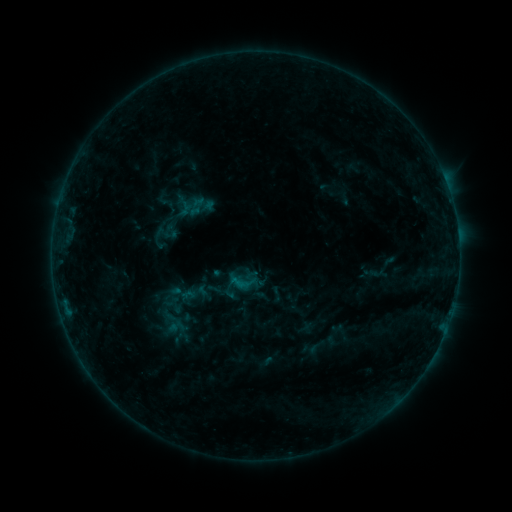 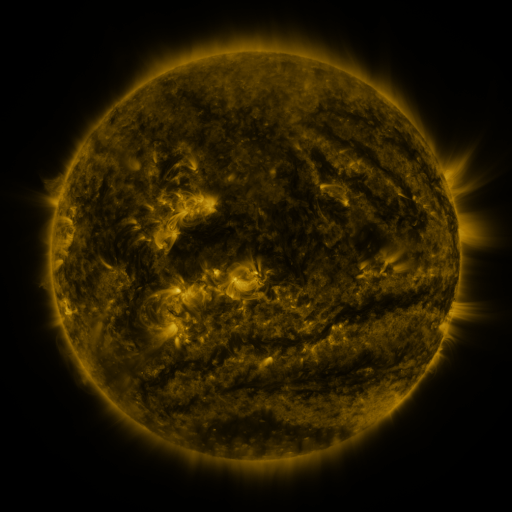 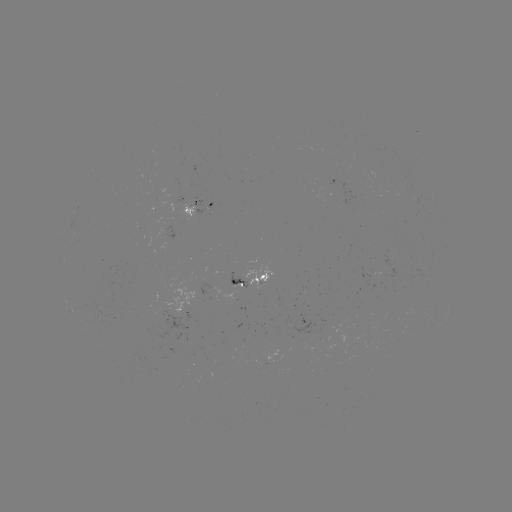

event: sigmoid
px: (183, 293)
